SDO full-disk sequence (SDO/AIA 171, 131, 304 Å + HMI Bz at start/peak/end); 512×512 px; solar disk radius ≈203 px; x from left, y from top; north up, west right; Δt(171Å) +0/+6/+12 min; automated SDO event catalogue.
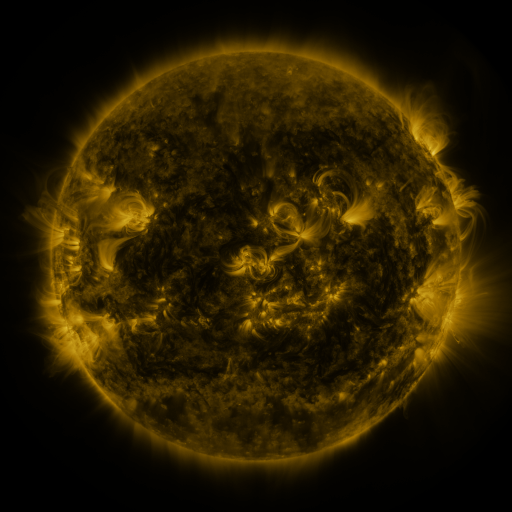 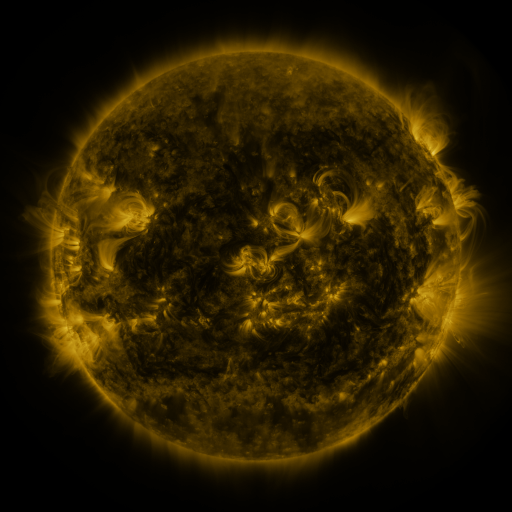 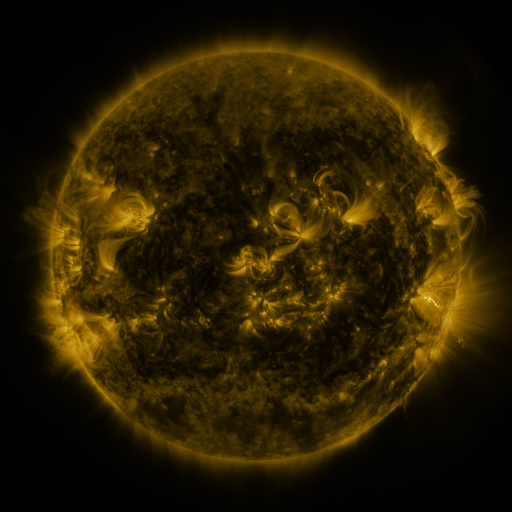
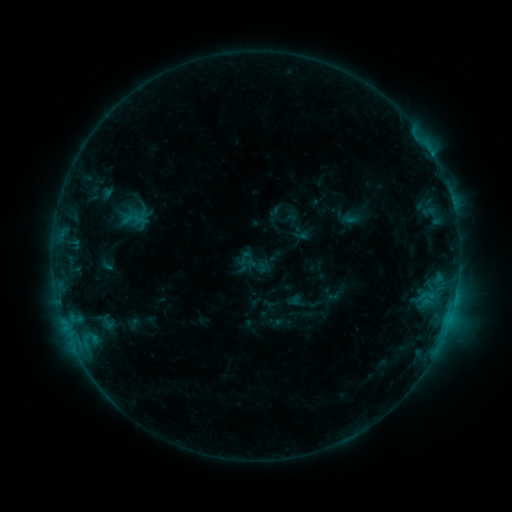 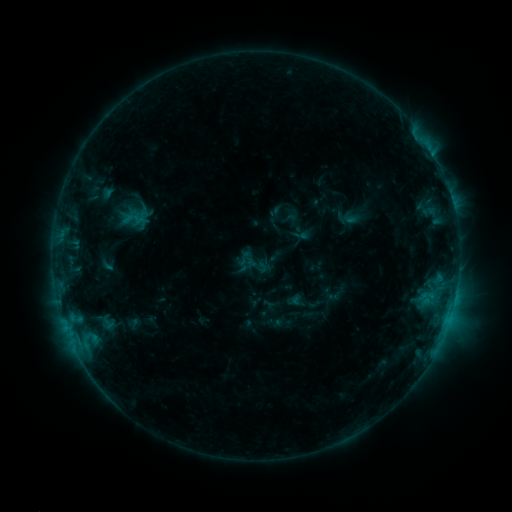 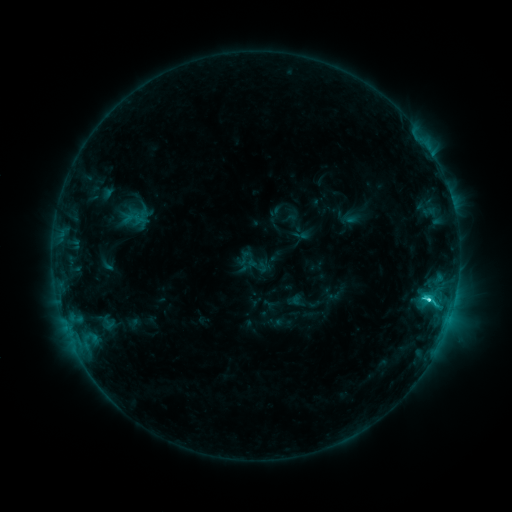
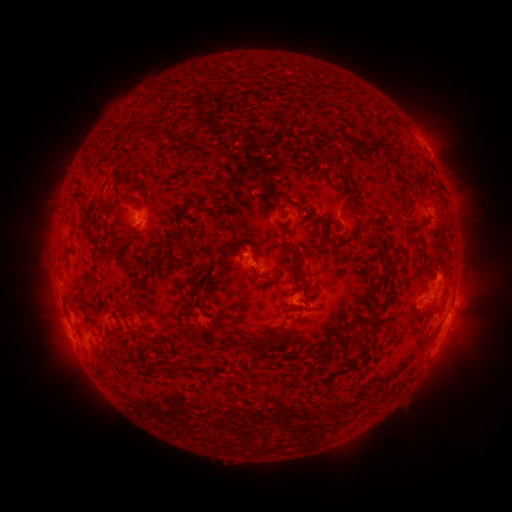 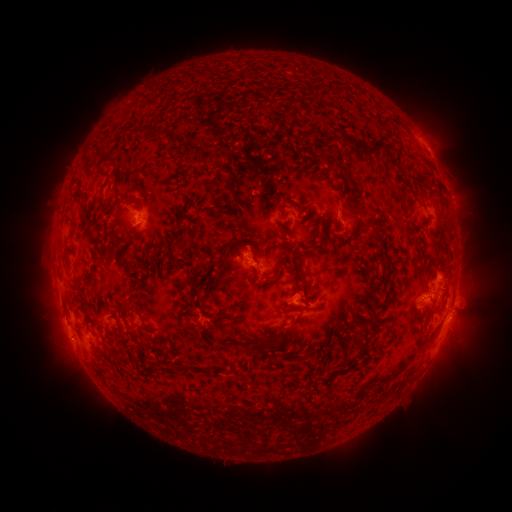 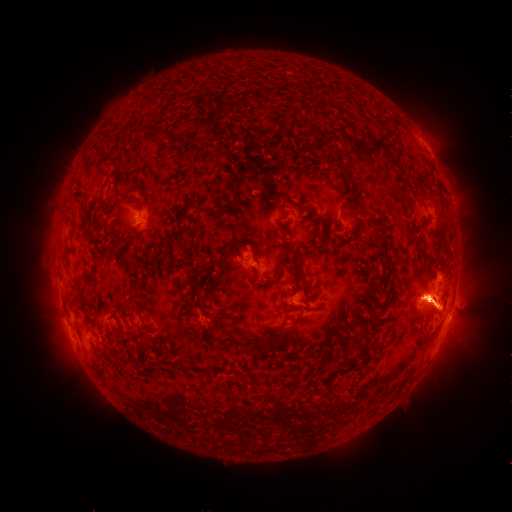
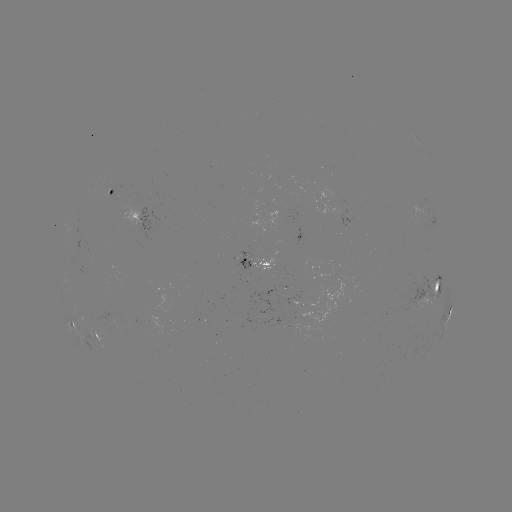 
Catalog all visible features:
C3.7 flare: (429, 298)
